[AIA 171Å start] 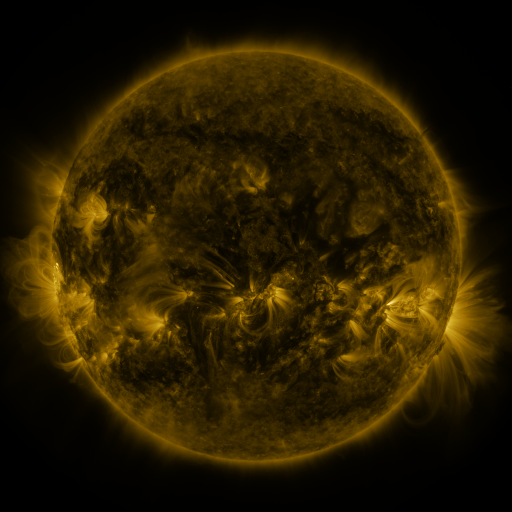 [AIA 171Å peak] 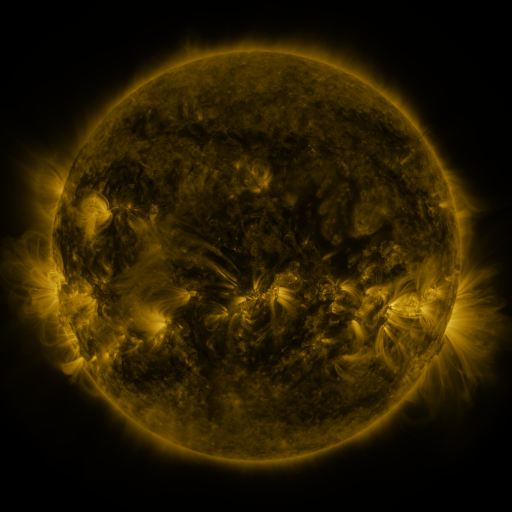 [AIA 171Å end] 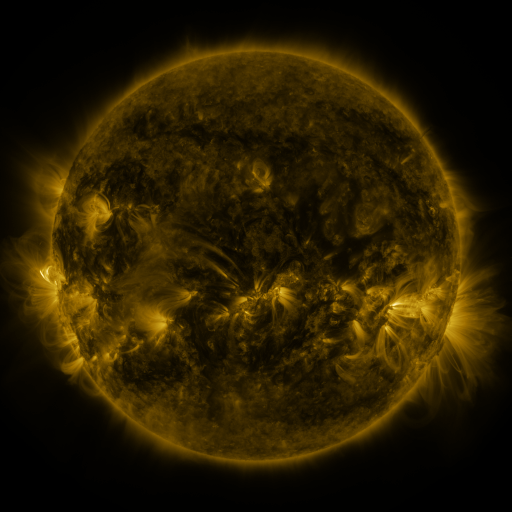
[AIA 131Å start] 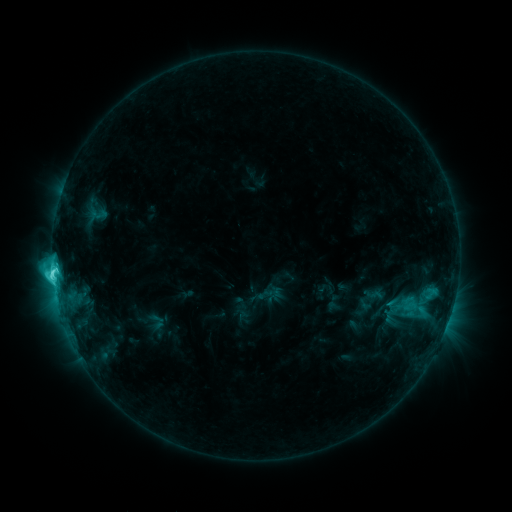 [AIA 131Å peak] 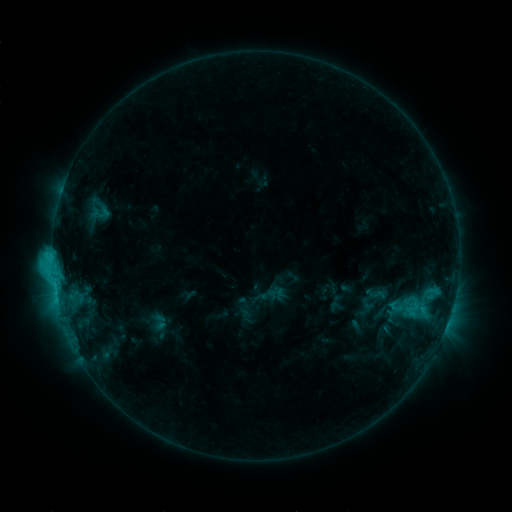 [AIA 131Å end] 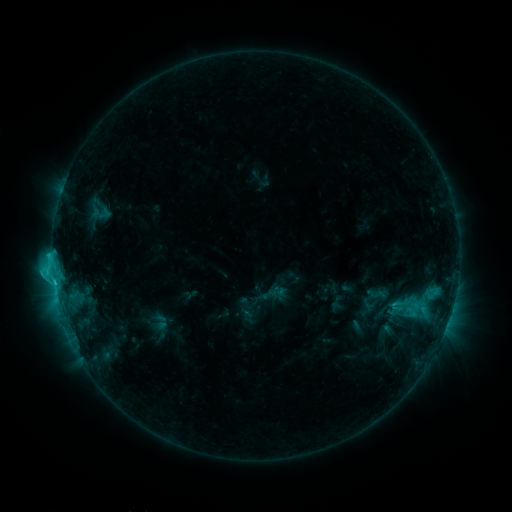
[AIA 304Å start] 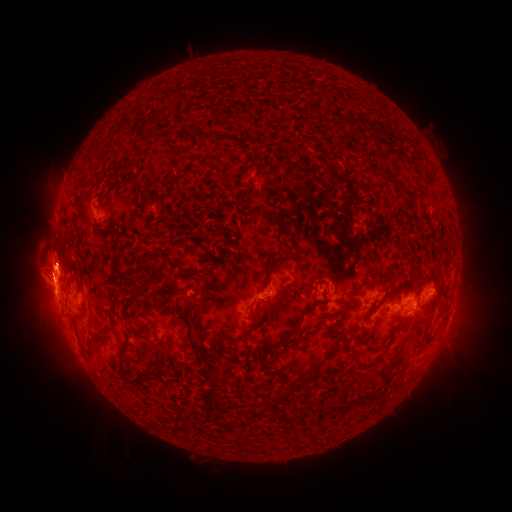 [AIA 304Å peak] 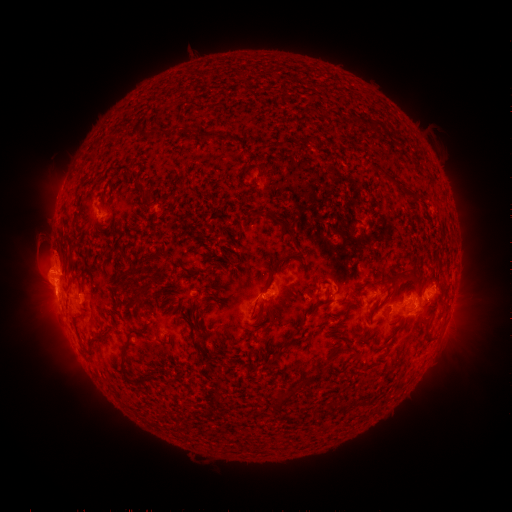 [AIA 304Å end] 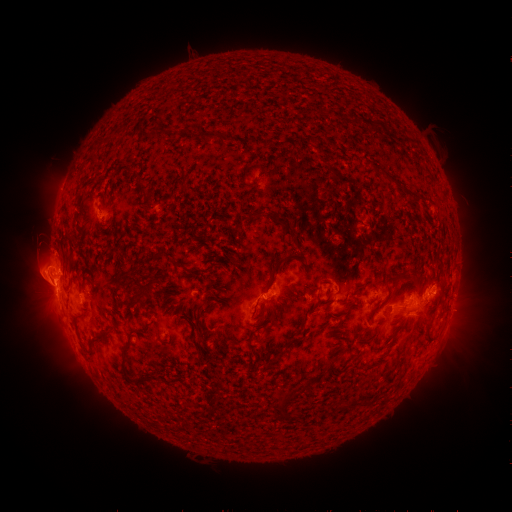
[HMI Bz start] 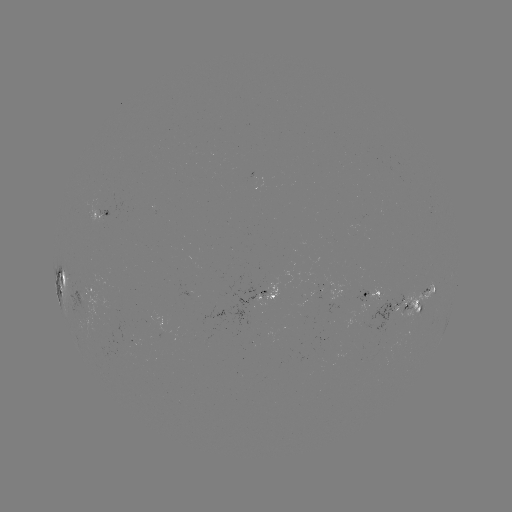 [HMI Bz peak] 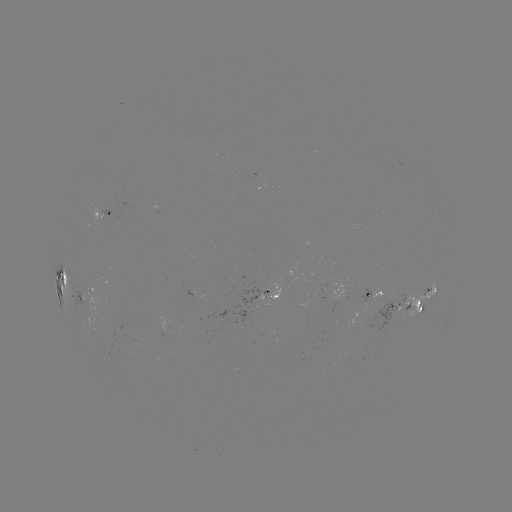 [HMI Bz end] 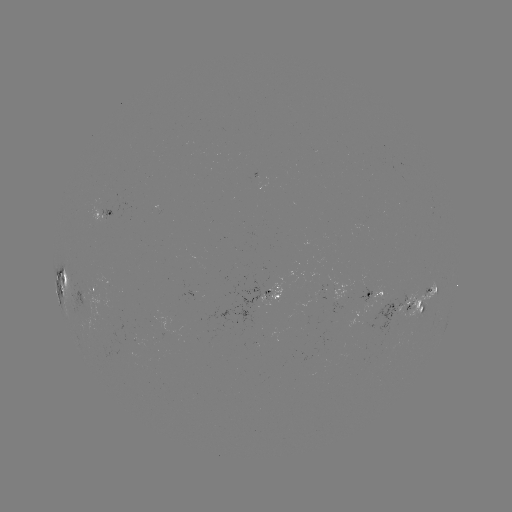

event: emerging-flux region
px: (304, 301)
